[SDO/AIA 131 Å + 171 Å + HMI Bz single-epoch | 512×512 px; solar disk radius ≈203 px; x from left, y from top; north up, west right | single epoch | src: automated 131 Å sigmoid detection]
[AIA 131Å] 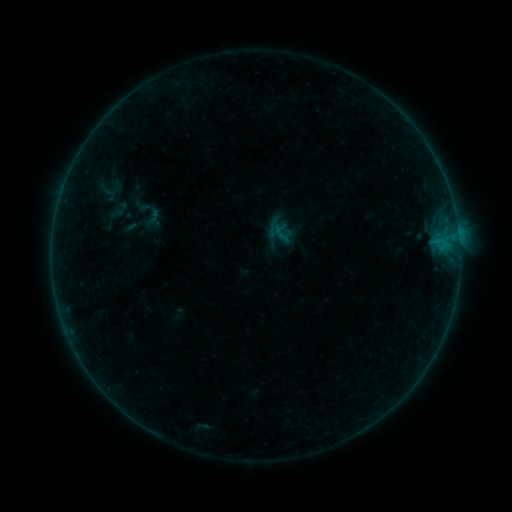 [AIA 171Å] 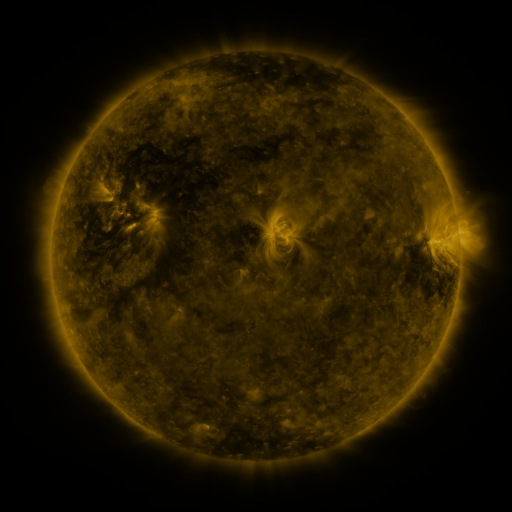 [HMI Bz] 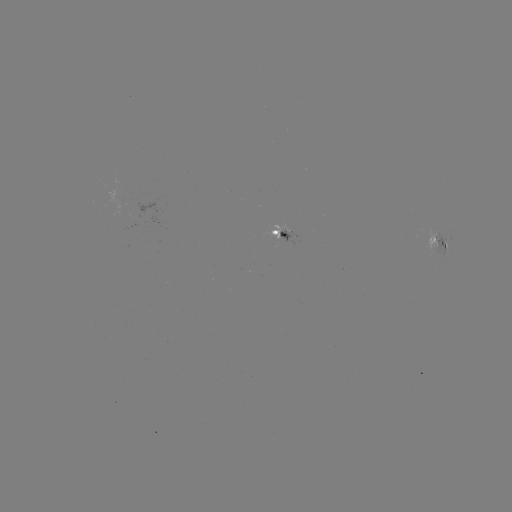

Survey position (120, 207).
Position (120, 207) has sigmoid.